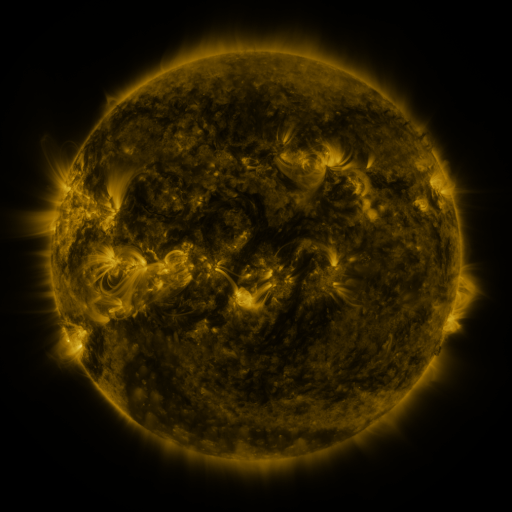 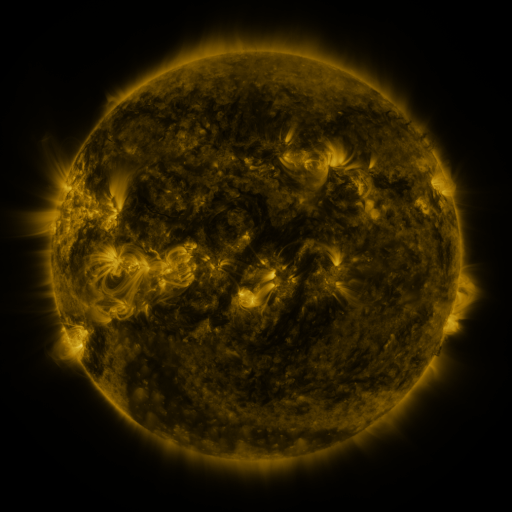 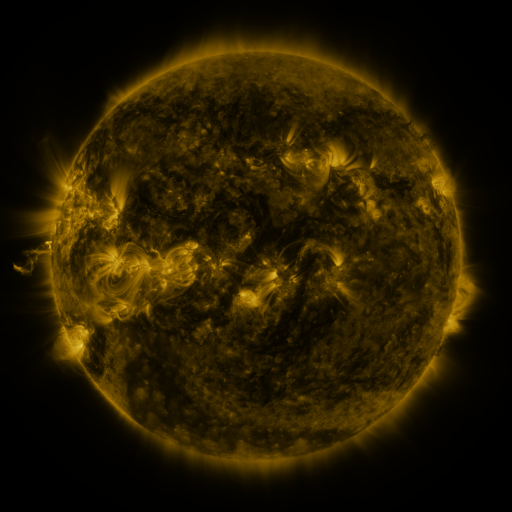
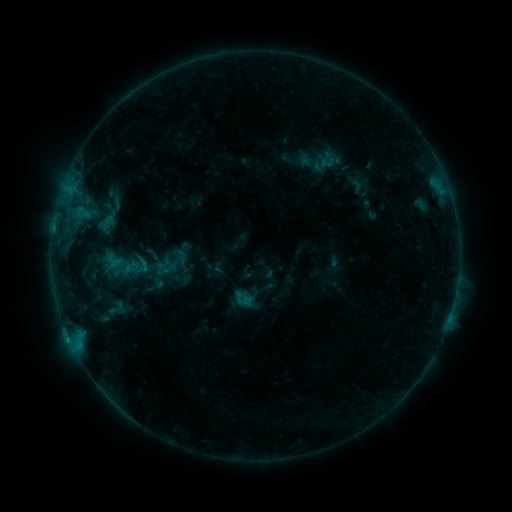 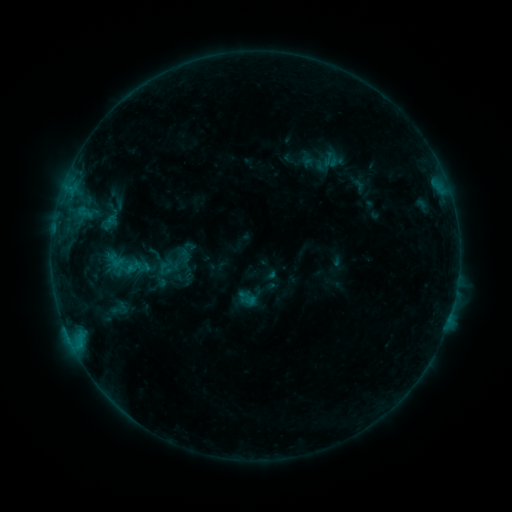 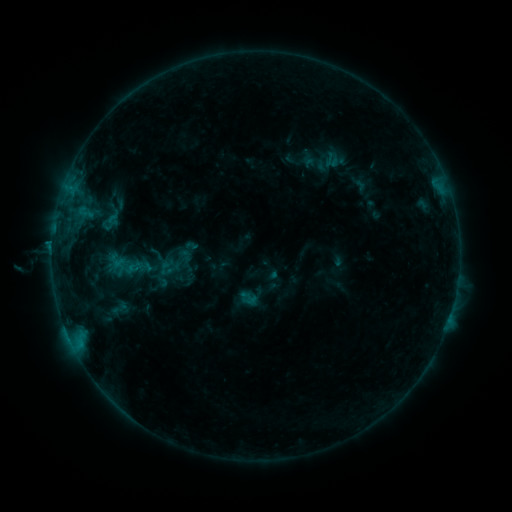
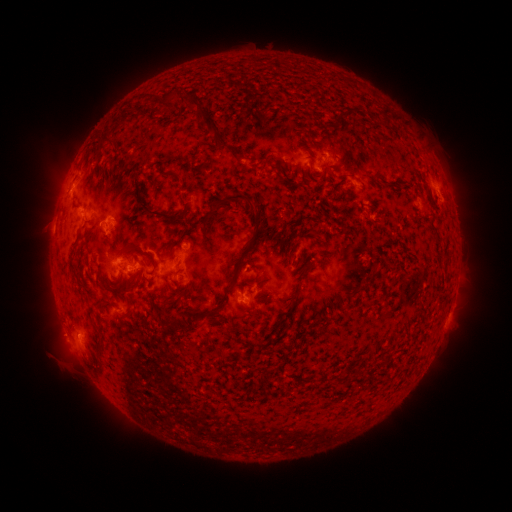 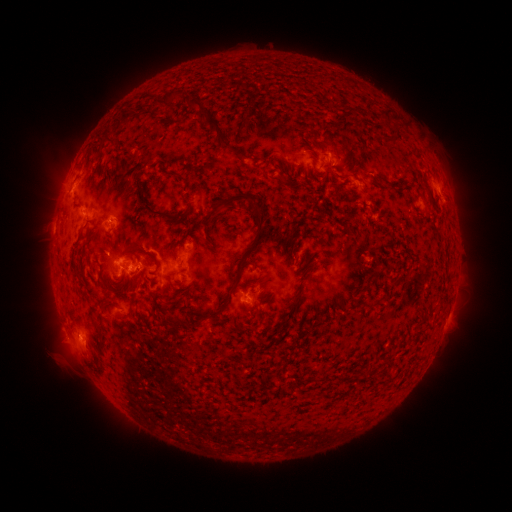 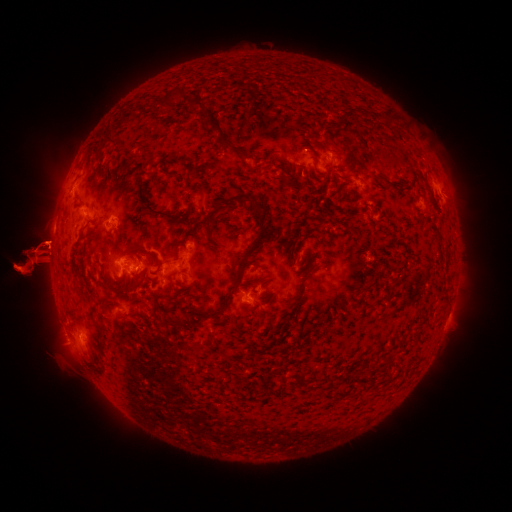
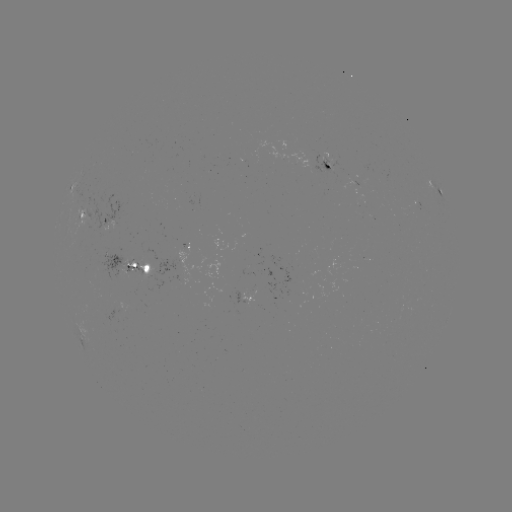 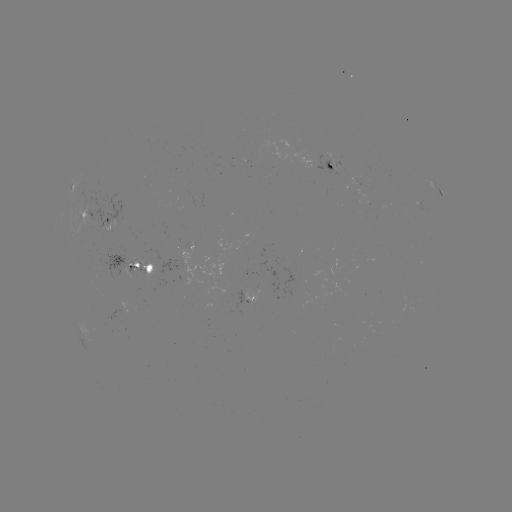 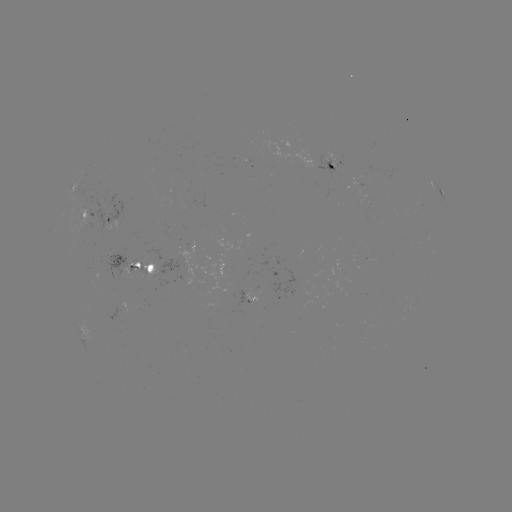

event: emerging-flux region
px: (330, 168)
